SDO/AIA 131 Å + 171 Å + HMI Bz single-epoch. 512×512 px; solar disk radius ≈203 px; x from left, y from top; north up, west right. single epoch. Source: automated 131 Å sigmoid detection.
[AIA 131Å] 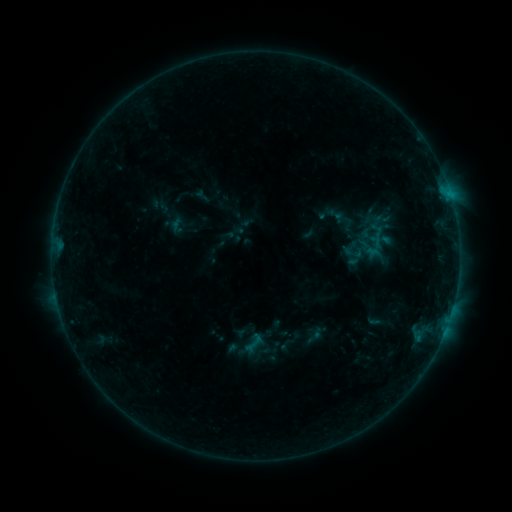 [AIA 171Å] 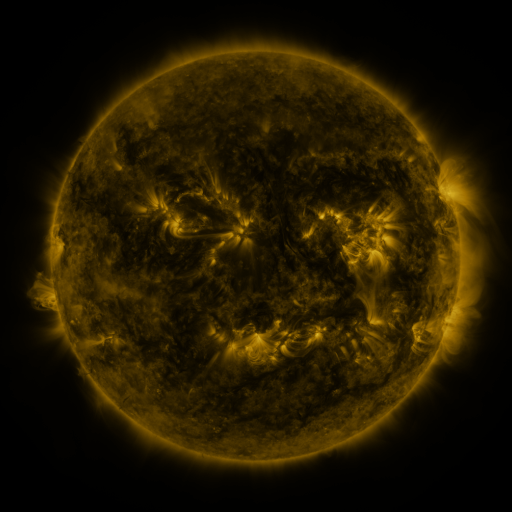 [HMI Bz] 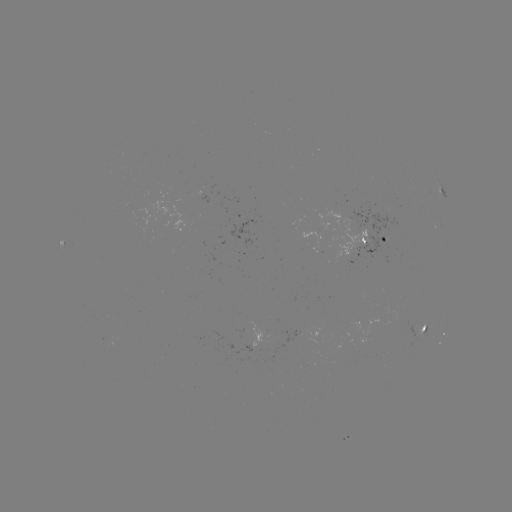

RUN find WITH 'sigmoid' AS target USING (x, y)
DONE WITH (254, 343) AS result